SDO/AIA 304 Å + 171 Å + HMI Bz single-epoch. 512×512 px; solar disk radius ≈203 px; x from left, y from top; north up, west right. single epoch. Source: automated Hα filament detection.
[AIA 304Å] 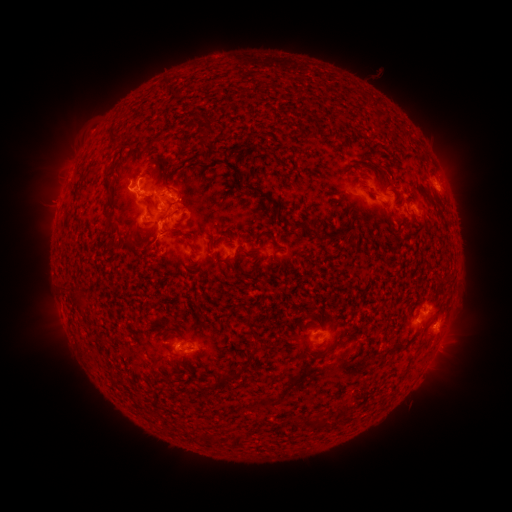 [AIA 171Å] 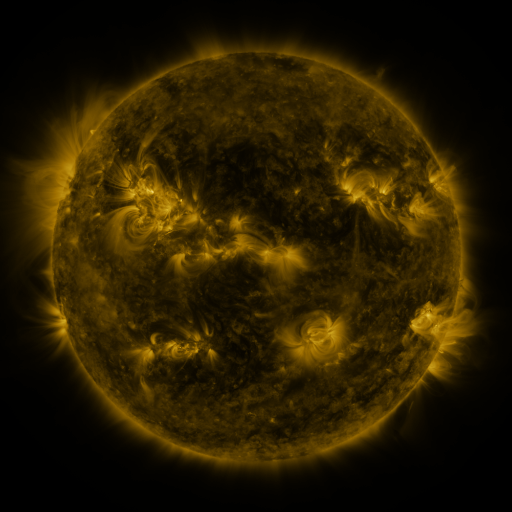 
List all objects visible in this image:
filament: (113, 136)
filament: (110, 173)
filament: (262, 195)
filament: (376, 195)
filament: (109, 203)
filament: (113, 222)
filament: (298, 227)
filament: (251, 355)
filament: (227, 378)
filament: (310, 424)
